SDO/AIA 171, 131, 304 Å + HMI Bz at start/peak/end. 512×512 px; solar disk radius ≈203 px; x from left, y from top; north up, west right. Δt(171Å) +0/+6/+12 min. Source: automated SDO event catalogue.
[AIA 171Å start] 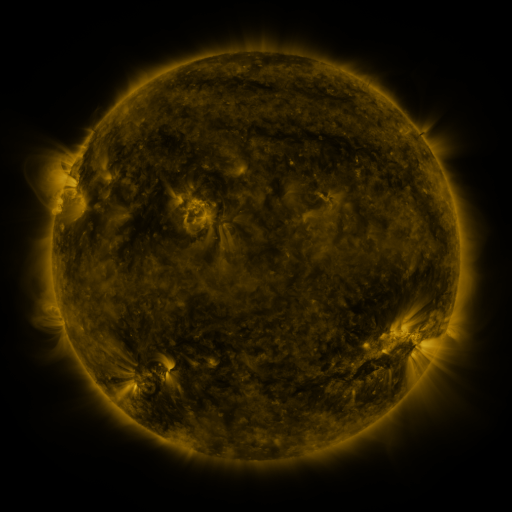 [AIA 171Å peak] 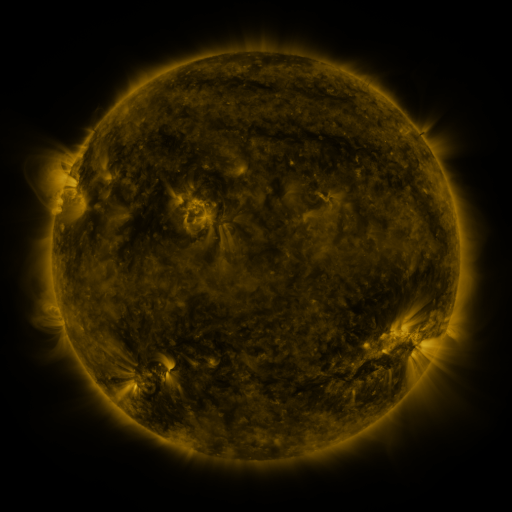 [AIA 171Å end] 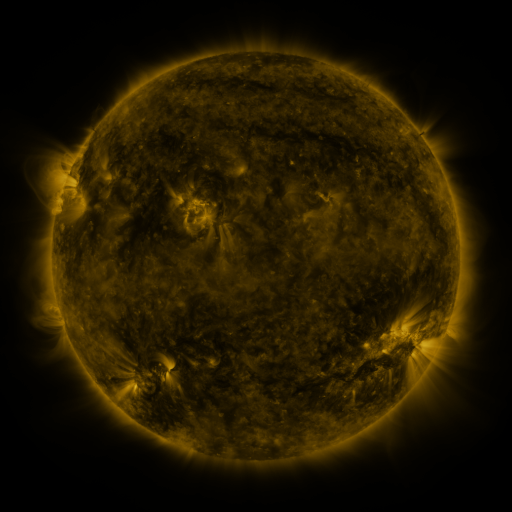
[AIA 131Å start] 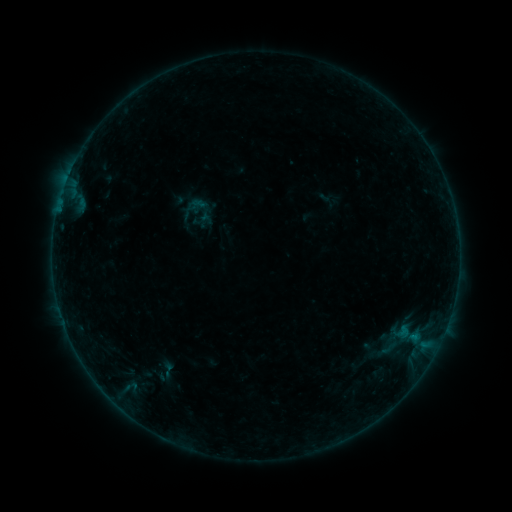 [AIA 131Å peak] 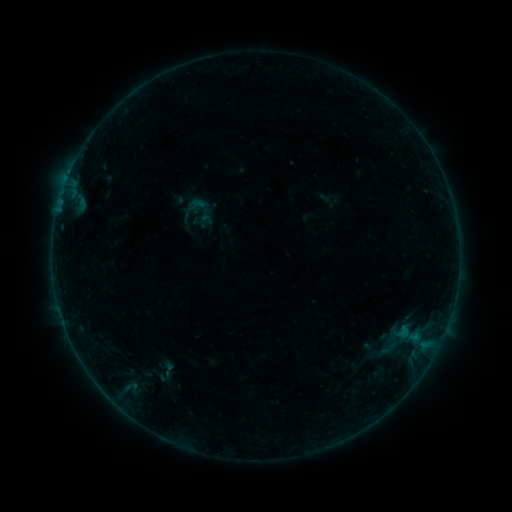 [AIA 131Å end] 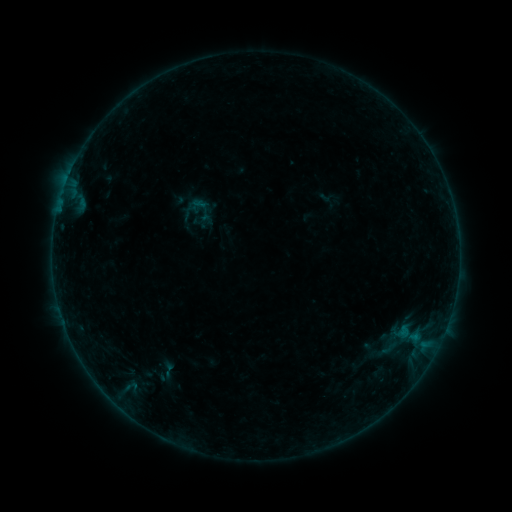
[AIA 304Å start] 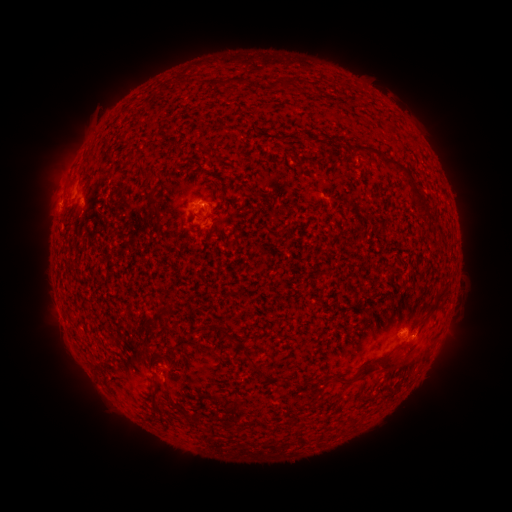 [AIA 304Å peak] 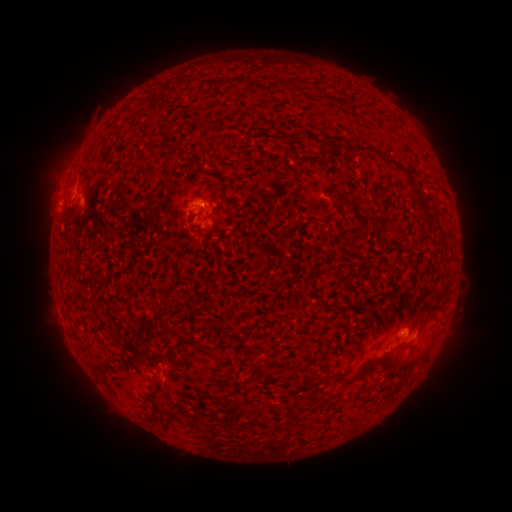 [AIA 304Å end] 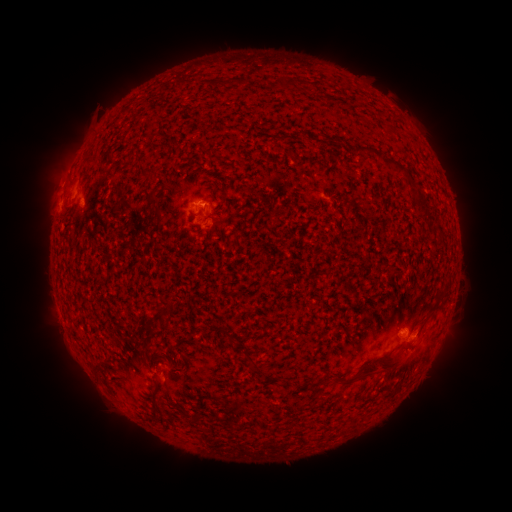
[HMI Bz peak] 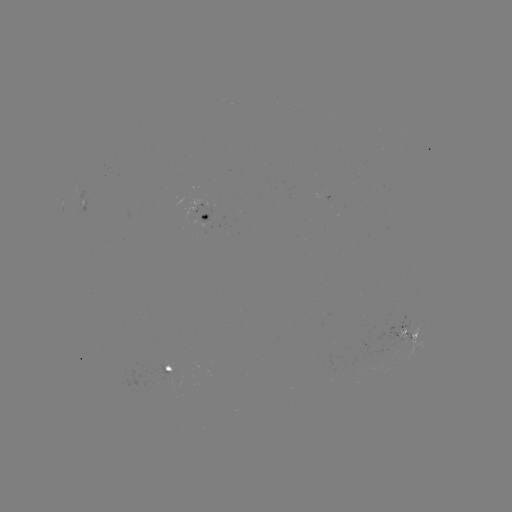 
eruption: (387, 340, 428, 378)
